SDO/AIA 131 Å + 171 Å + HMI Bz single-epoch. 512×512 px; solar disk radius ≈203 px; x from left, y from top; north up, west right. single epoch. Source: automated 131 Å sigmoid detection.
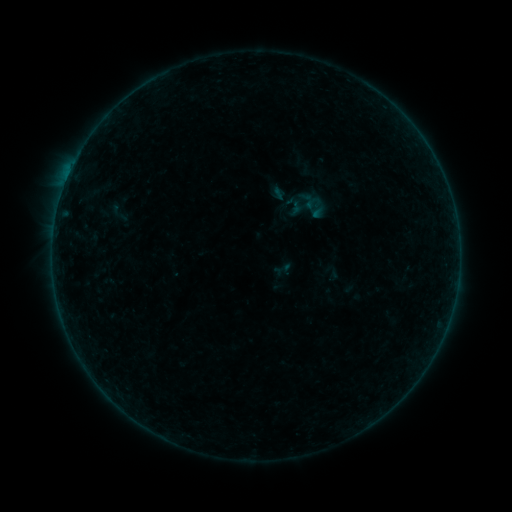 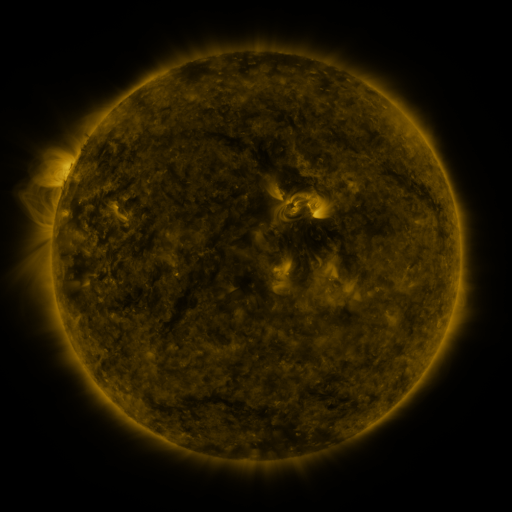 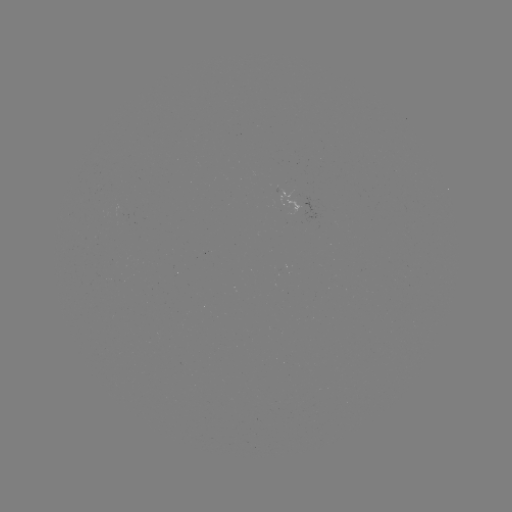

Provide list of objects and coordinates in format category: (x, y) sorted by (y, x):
sigmoid: (308, 205)
sigmoid: (117, 212)
